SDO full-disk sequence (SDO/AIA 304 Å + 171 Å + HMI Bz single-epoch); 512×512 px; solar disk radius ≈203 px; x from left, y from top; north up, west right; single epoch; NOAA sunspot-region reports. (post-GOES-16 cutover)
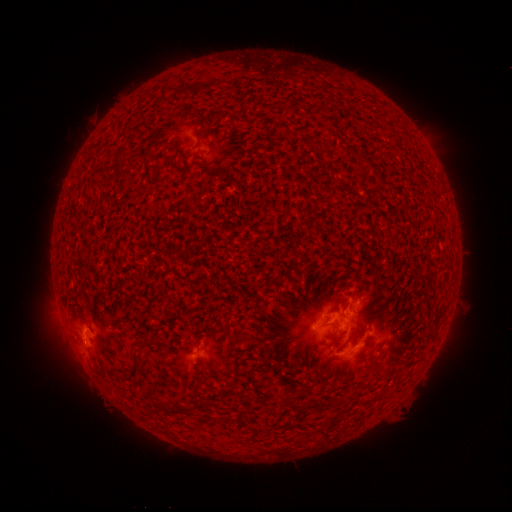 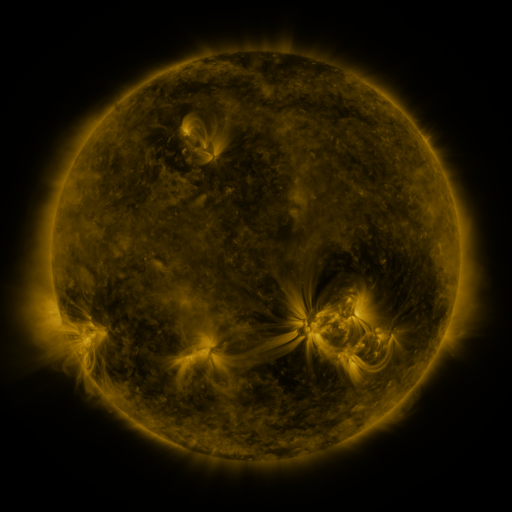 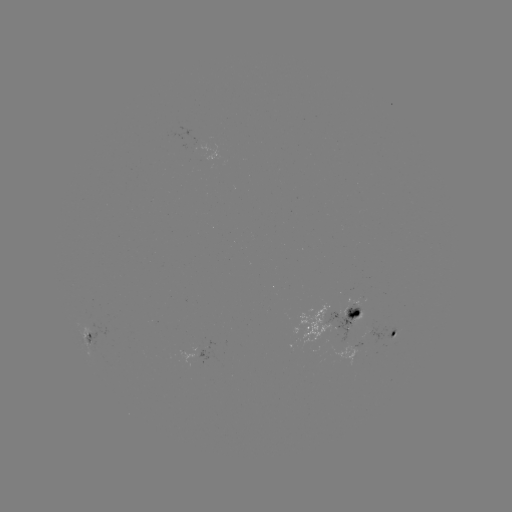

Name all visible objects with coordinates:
spotted active region: (344, 317)
spotted active region: (396, 333)
spotted active region: (90, 336)
